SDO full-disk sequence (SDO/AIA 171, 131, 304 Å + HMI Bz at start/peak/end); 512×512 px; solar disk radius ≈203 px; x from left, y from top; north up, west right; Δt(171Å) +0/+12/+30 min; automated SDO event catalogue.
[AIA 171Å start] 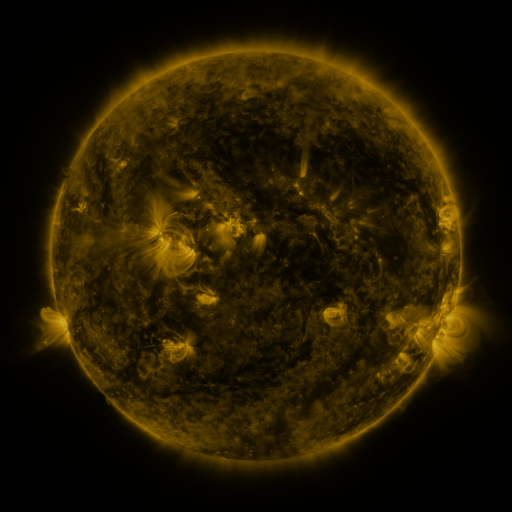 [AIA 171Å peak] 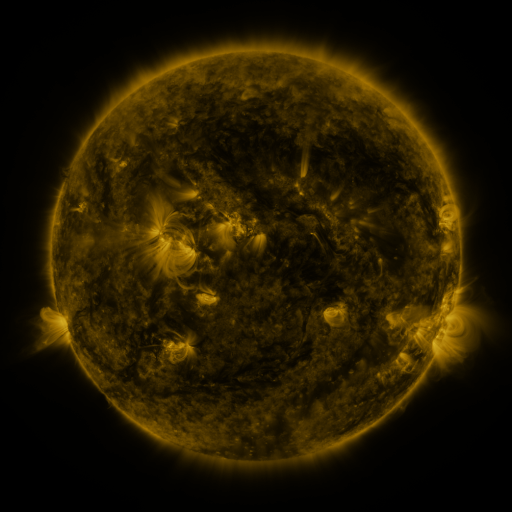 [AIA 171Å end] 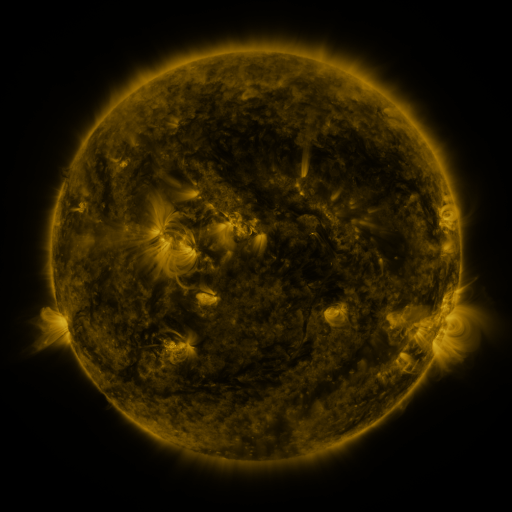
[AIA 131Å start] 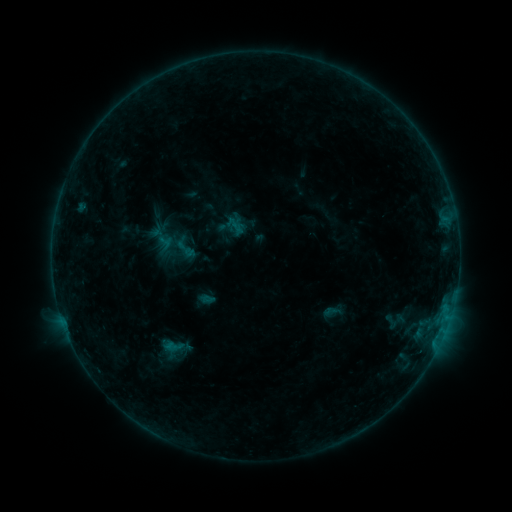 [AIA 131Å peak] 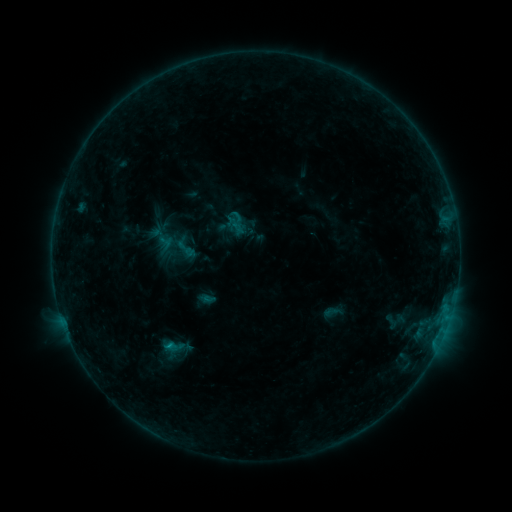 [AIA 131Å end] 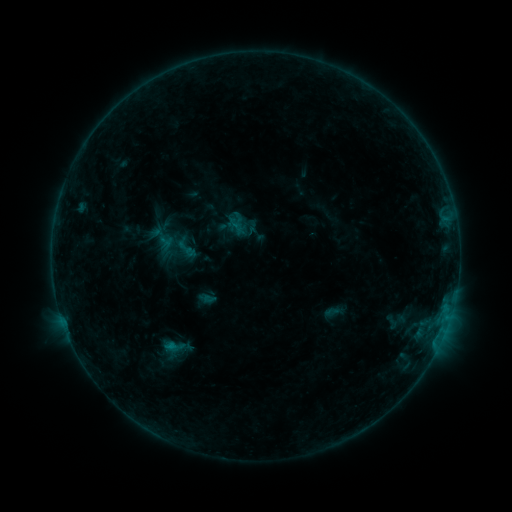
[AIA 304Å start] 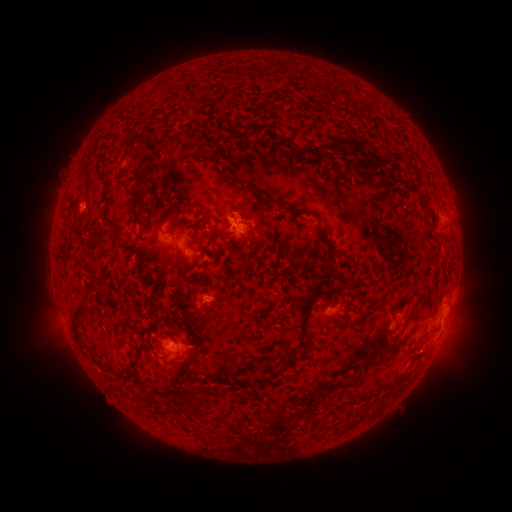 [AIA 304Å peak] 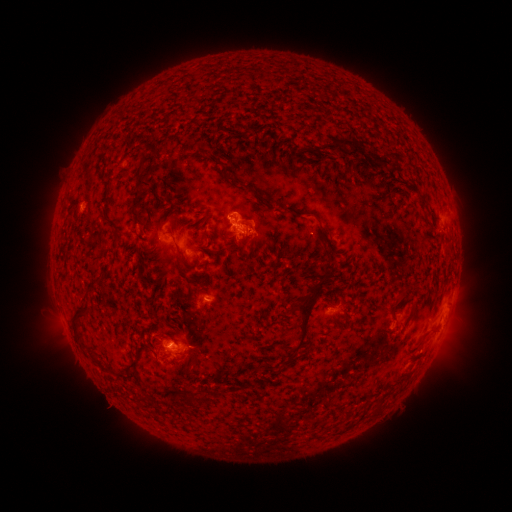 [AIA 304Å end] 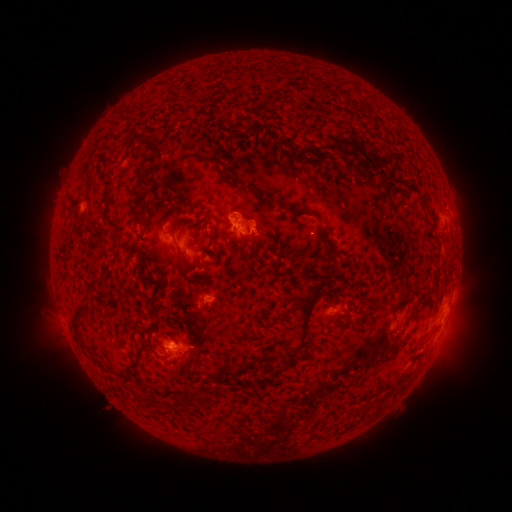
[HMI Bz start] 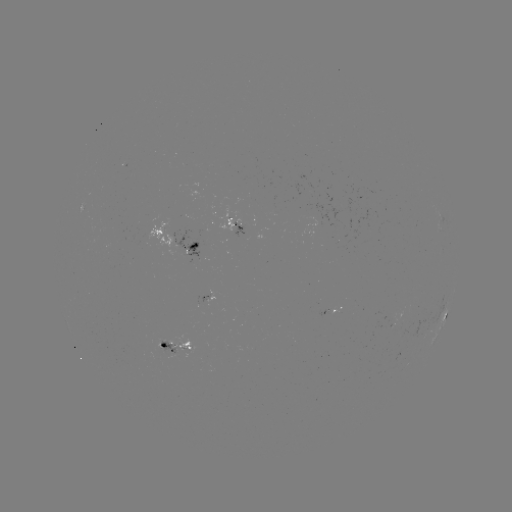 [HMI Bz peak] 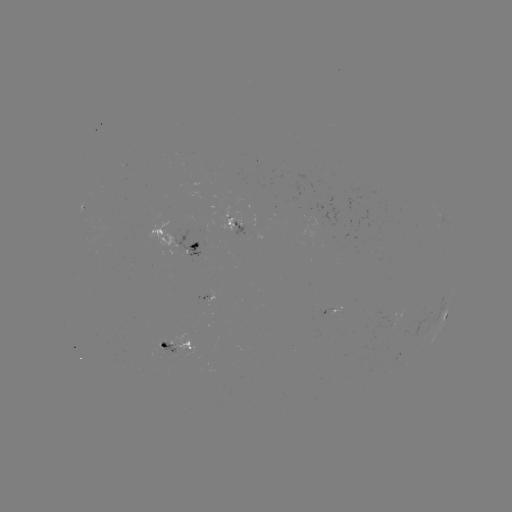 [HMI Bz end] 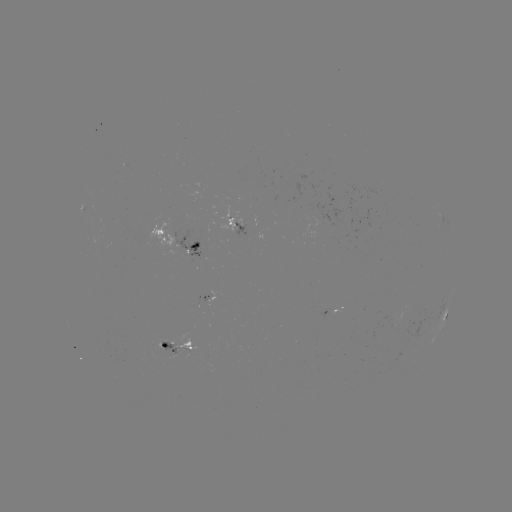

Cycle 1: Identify B5.4 flare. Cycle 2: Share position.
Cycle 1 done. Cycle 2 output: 171,342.